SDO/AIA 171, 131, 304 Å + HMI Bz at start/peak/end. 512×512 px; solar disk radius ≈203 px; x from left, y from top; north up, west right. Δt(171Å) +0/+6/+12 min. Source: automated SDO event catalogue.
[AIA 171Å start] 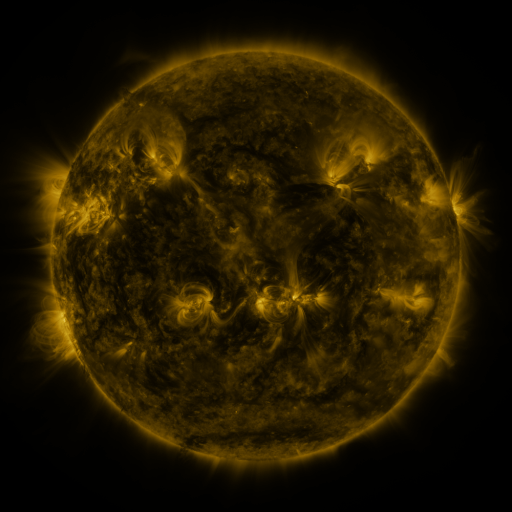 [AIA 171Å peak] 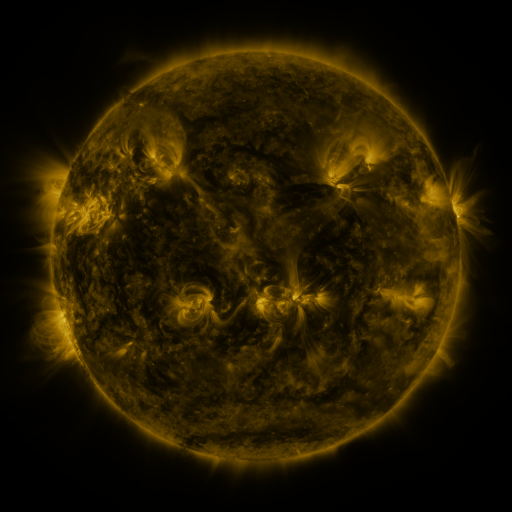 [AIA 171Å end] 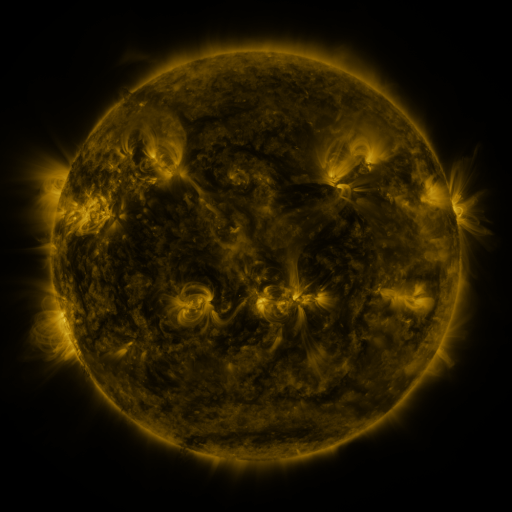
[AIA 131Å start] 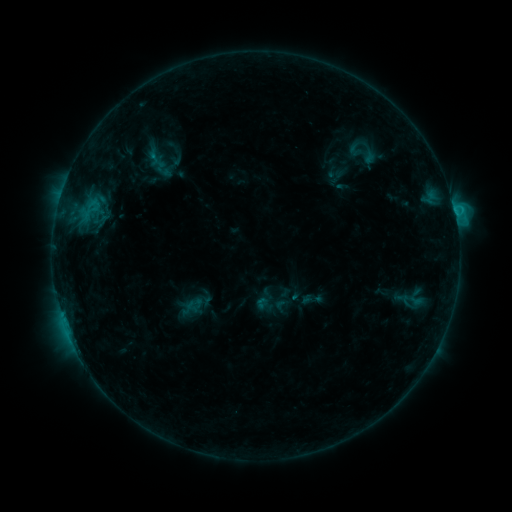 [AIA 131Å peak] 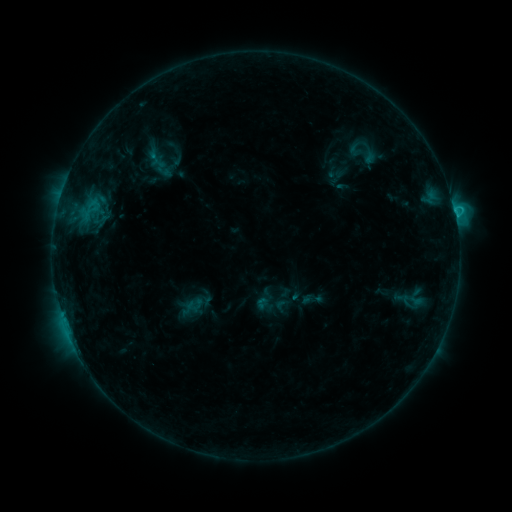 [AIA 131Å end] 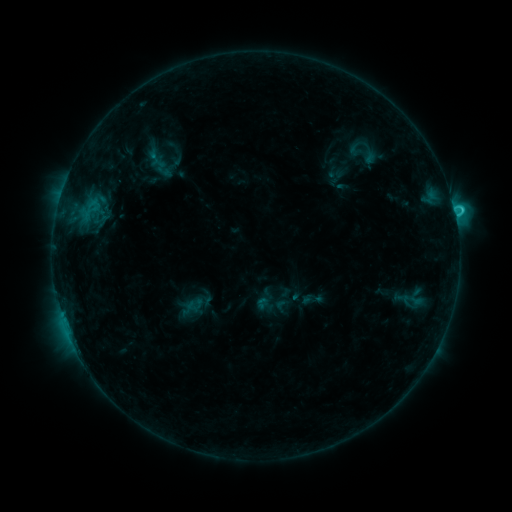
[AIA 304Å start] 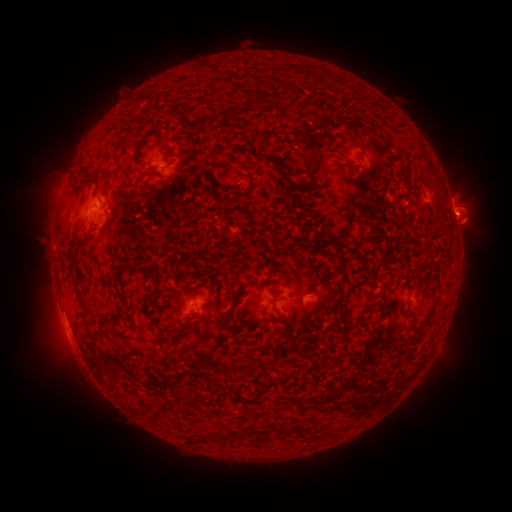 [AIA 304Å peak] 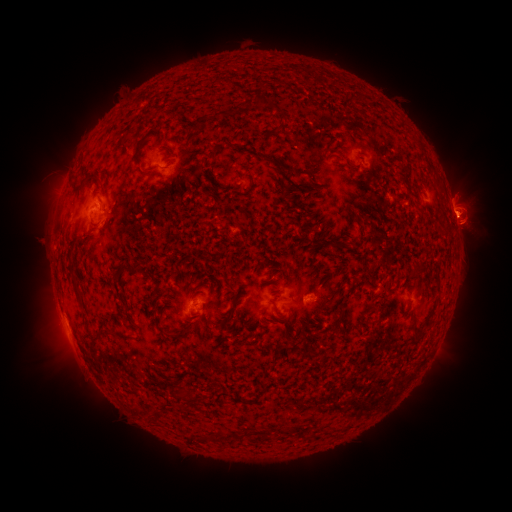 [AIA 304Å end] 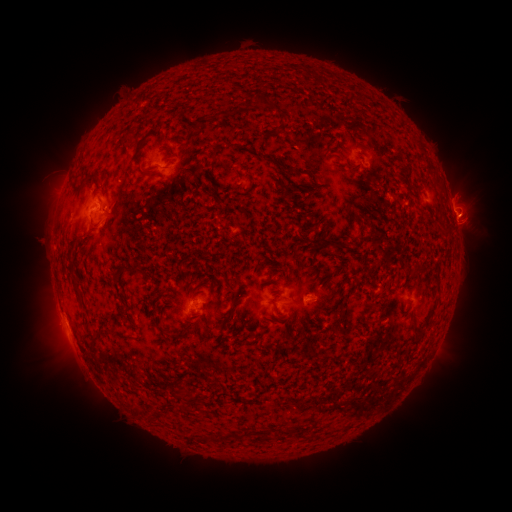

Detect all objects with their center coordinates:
C2.5 flare: (453, 209)
